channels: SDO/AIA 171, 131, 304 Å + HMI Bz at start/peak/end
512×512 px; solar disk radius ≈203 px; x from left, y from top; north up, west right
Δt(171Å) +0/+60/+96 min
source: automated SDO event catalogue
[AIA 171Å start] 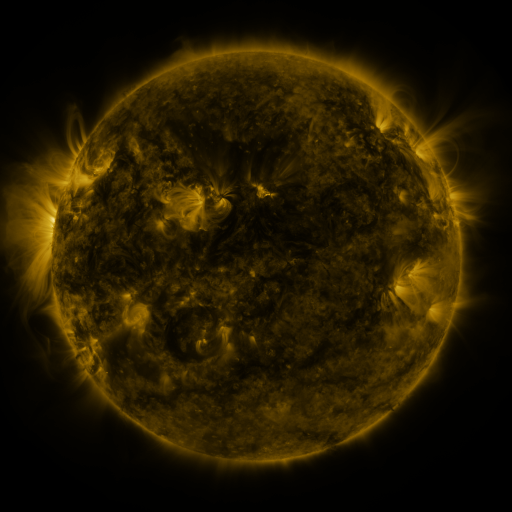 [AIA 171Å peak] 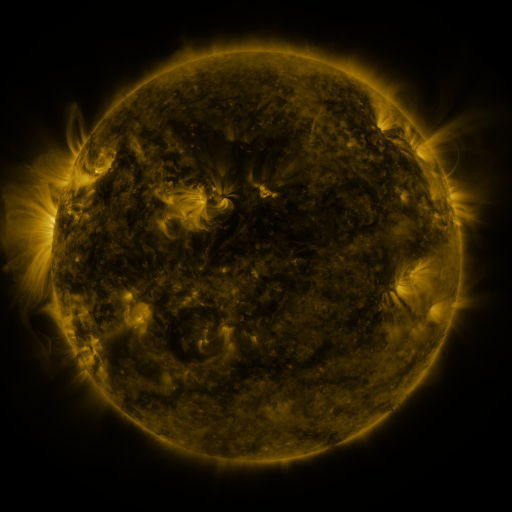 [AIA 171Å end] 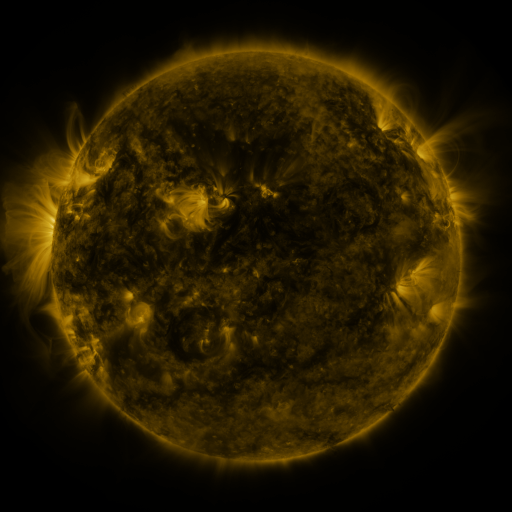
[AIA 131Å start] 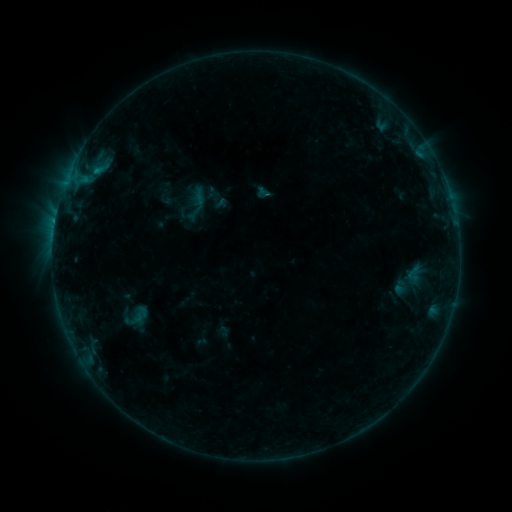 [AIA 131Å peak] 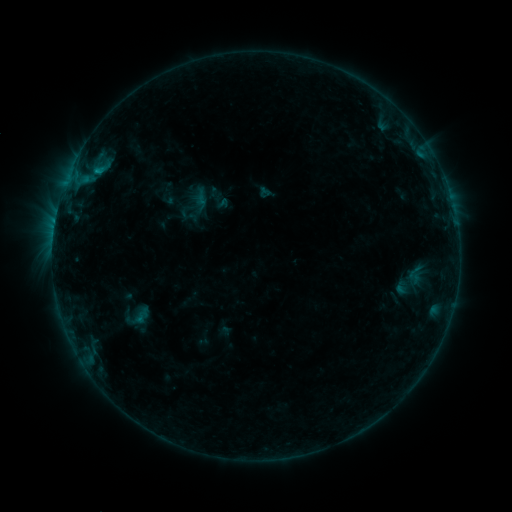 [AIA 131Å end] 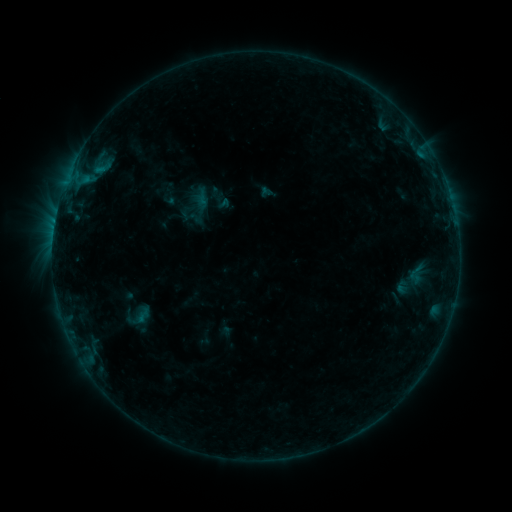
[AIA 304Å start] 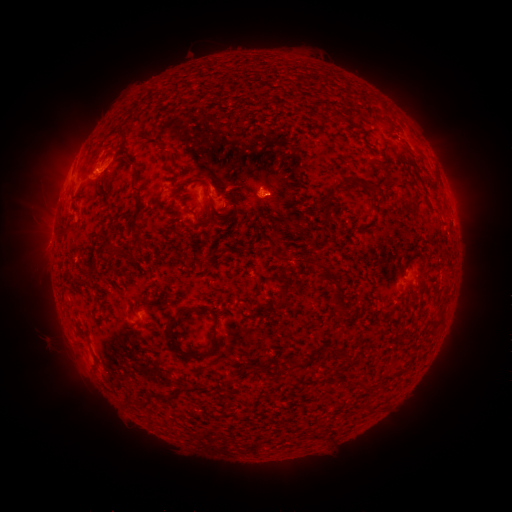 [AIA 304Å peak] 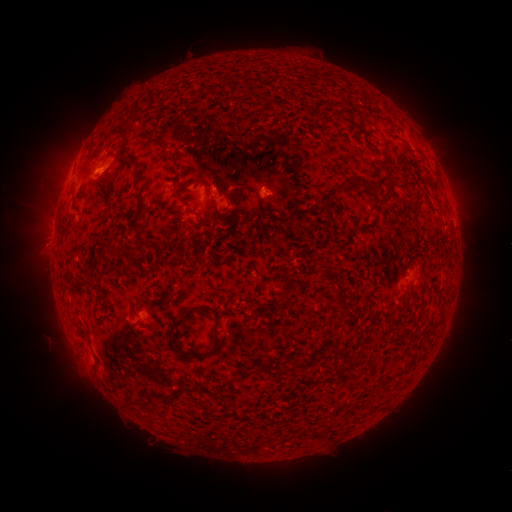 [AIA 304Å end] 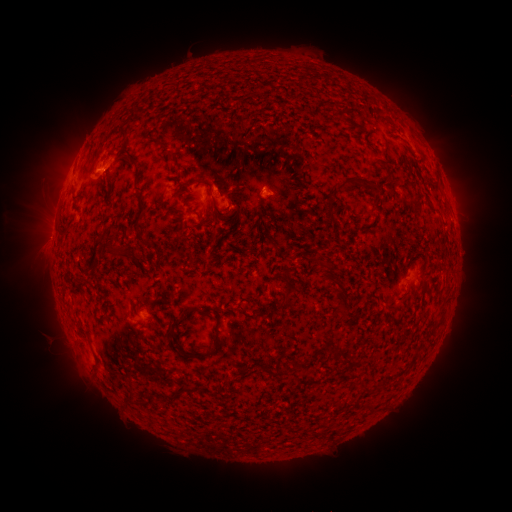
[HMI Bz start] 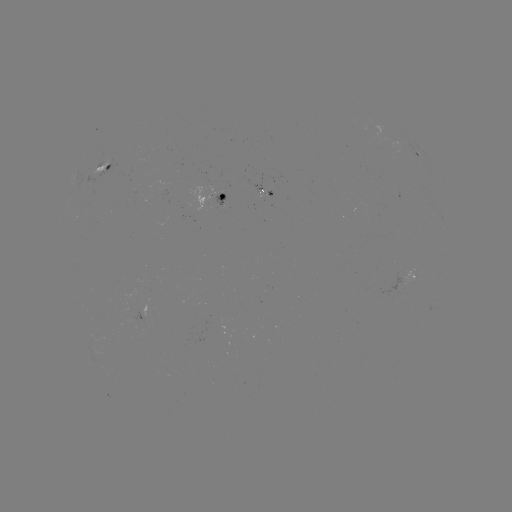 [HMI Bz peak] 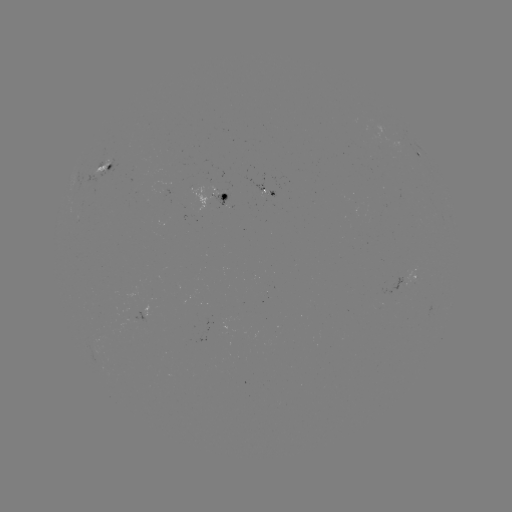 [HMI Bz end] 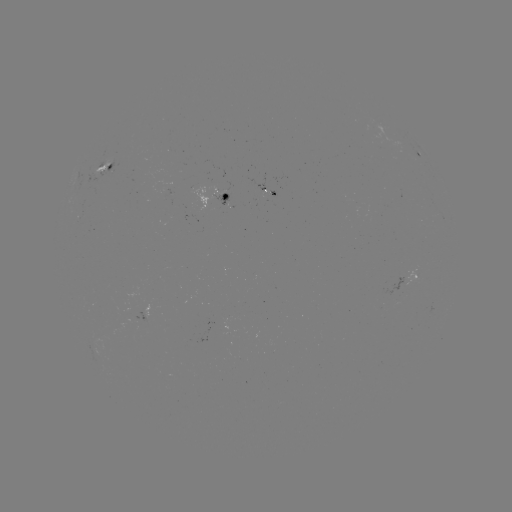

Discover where emerging-flux region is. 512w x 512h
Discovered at [225, 204].